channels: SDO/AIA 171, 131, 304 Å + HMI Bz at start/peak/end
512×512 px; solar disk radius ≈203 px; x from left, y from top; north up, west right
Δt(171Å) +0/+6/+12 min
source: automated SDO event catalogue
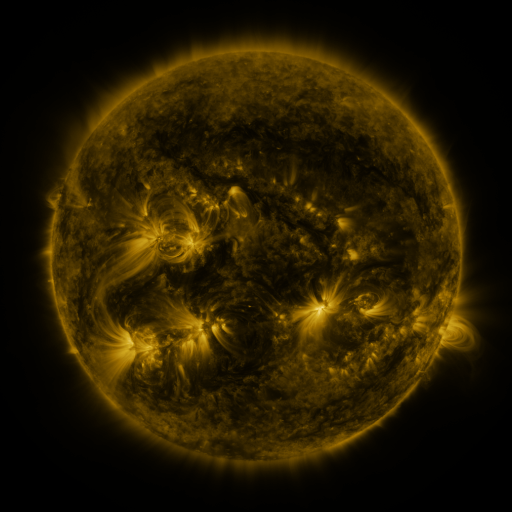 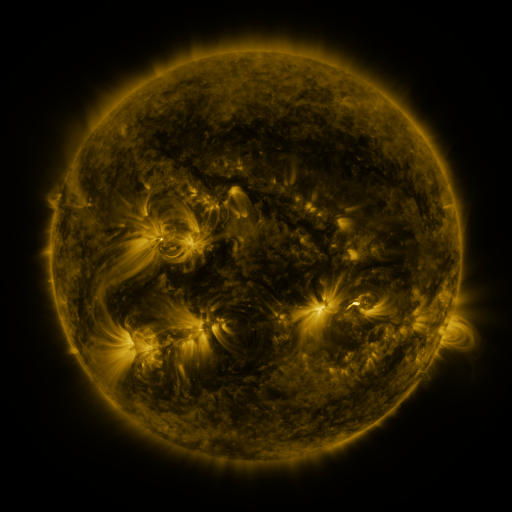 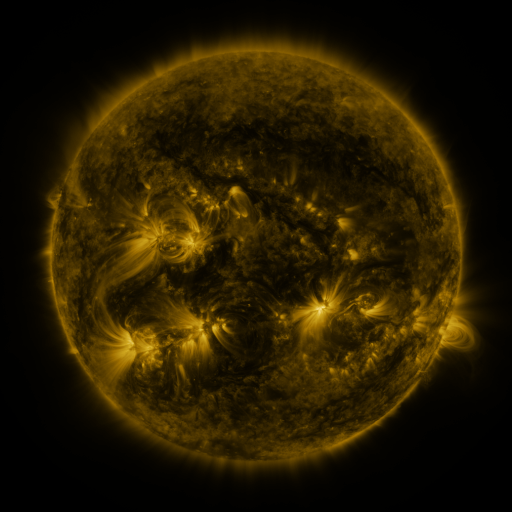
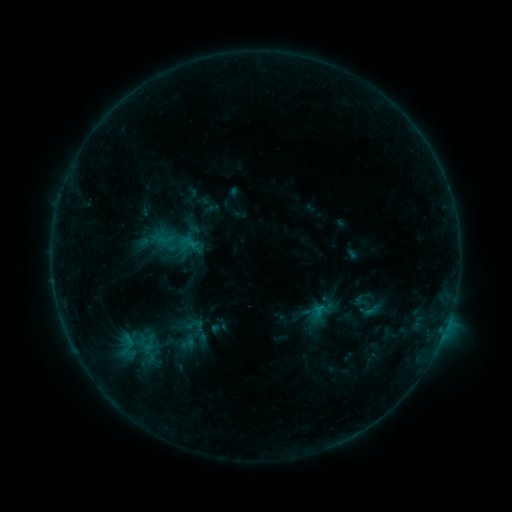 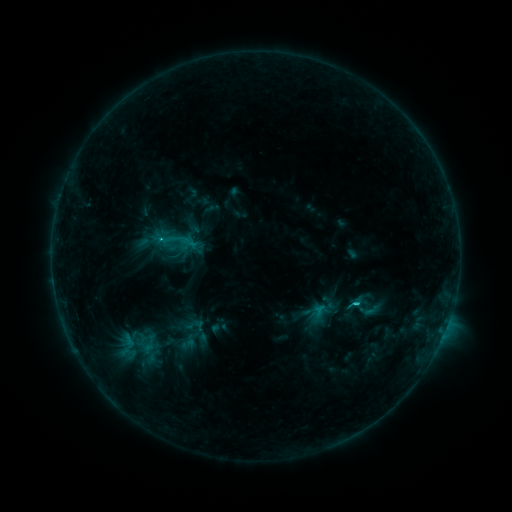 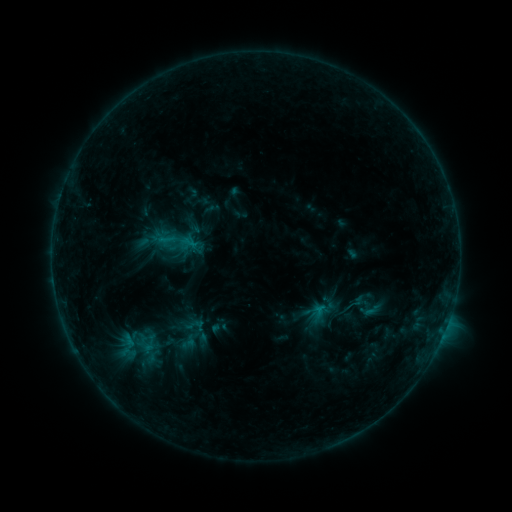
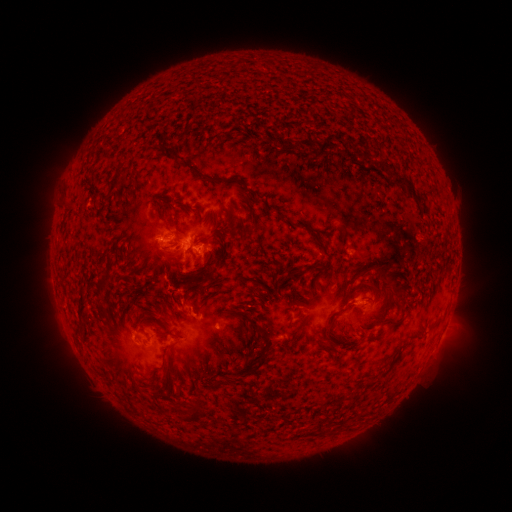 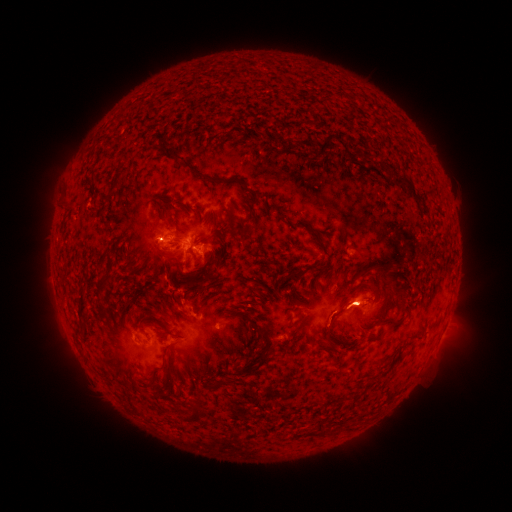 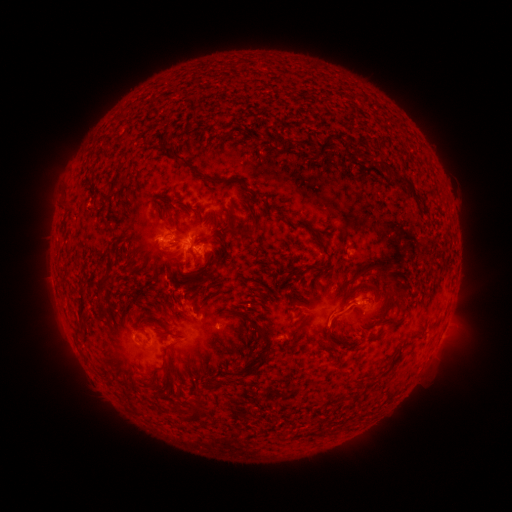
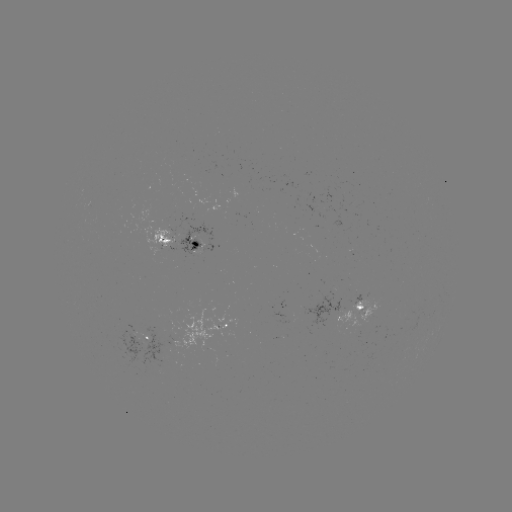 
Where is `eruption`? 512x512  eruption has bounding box [312, 278, 384, 343].